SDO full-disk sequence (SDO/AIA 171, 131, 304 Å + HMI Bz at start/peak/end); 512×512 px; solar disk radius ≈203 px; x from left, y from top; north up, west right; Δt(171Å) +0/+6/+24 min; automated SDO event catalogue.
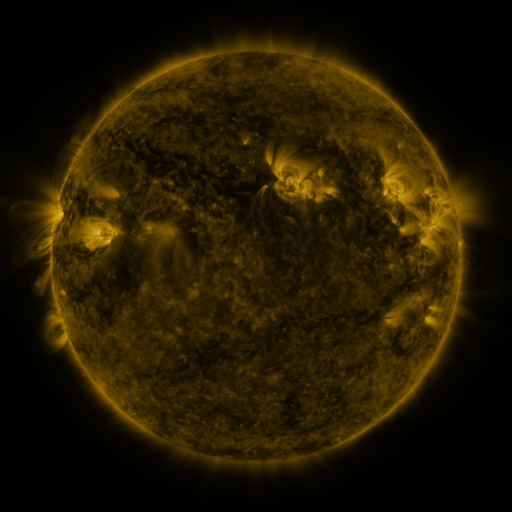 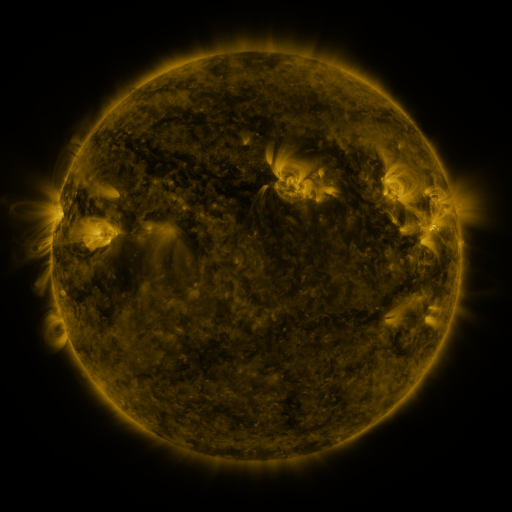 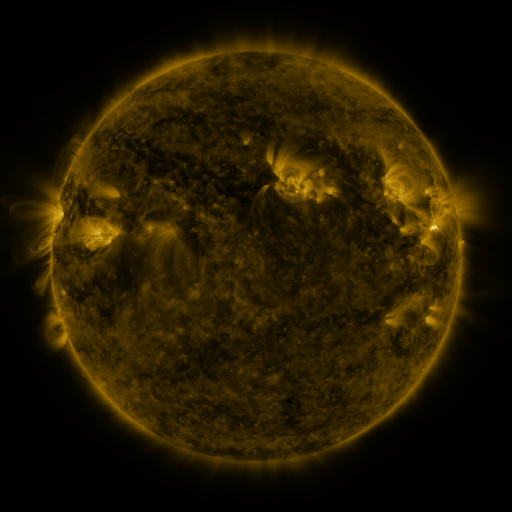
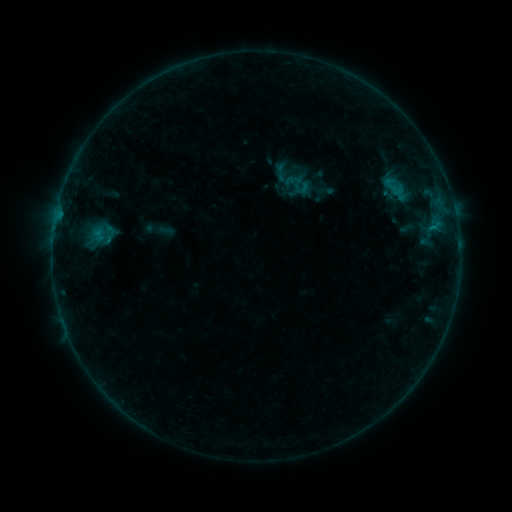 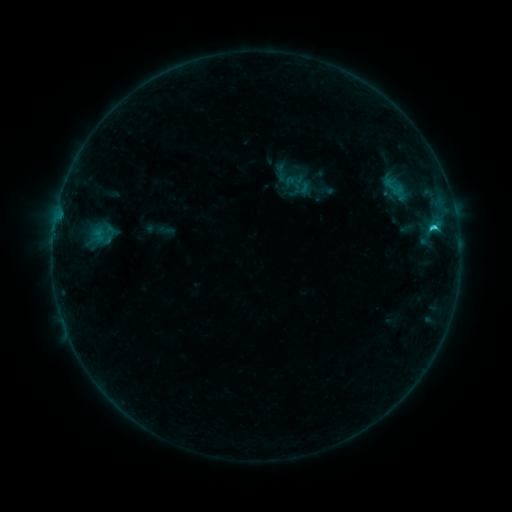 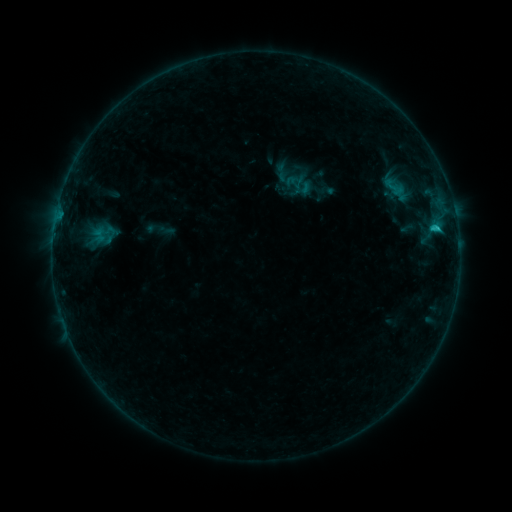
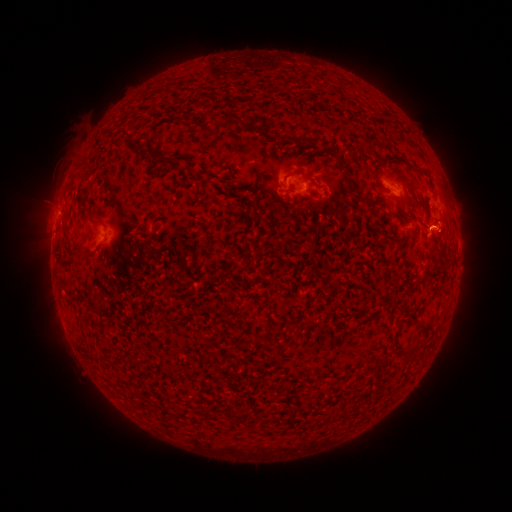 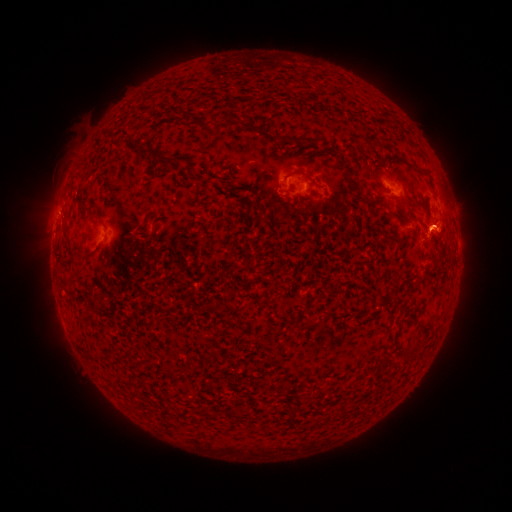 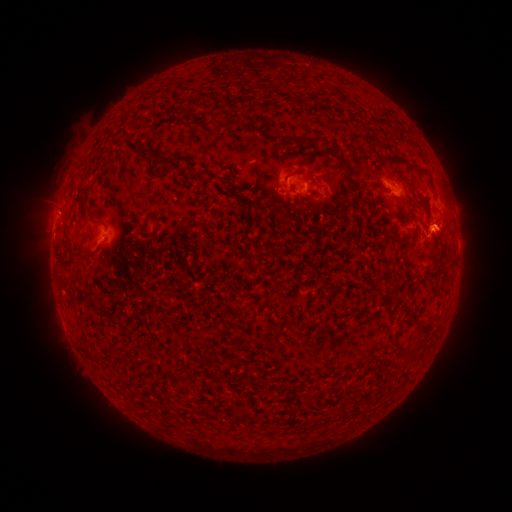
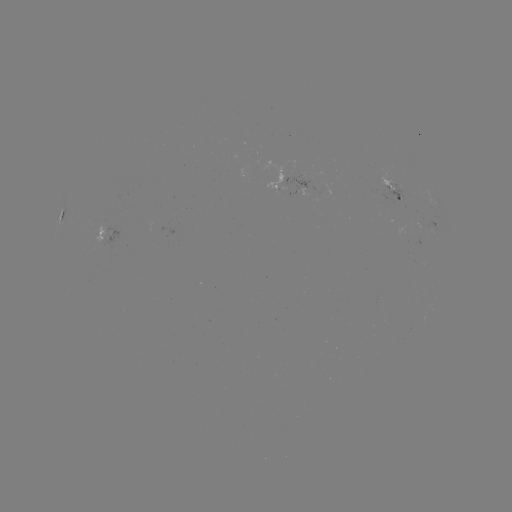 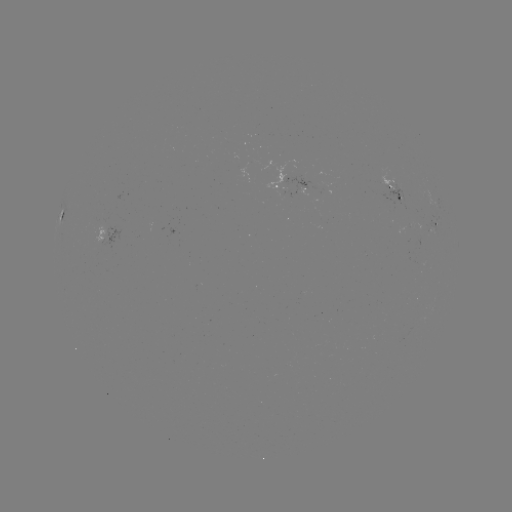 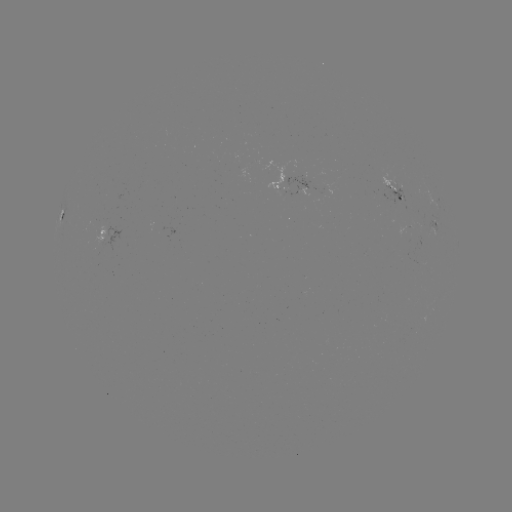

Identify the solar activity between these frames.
C1.3 flare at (433, 228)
